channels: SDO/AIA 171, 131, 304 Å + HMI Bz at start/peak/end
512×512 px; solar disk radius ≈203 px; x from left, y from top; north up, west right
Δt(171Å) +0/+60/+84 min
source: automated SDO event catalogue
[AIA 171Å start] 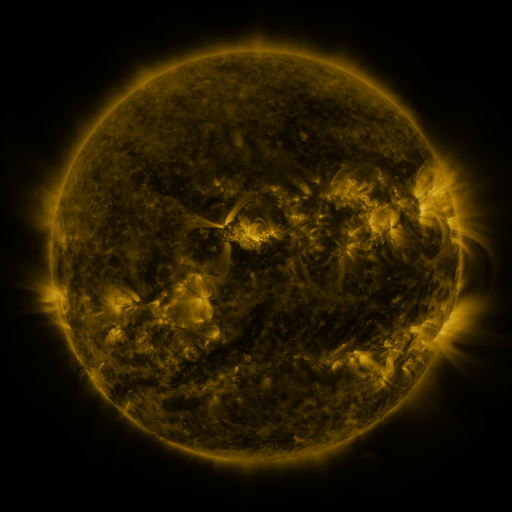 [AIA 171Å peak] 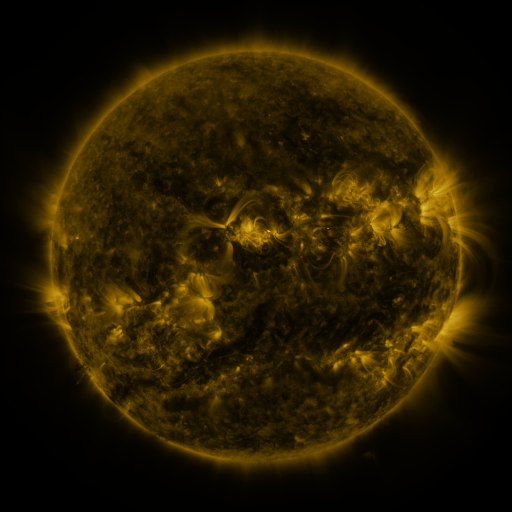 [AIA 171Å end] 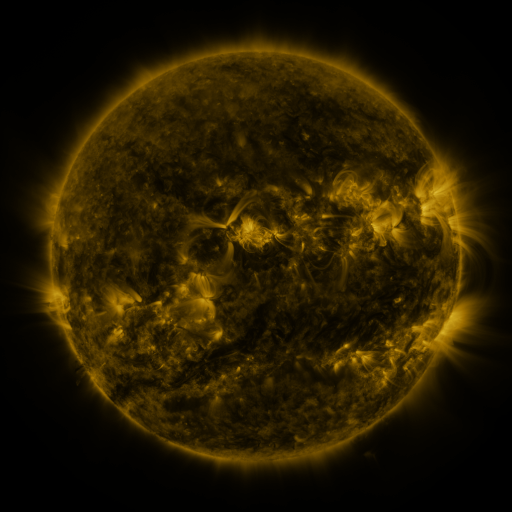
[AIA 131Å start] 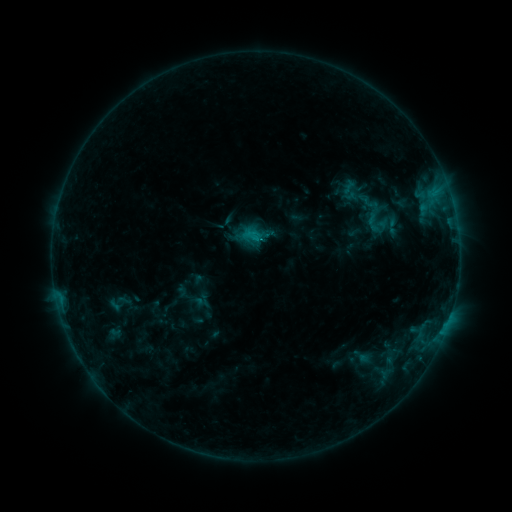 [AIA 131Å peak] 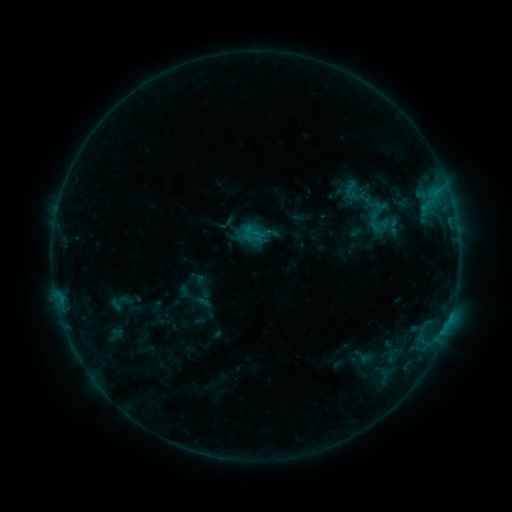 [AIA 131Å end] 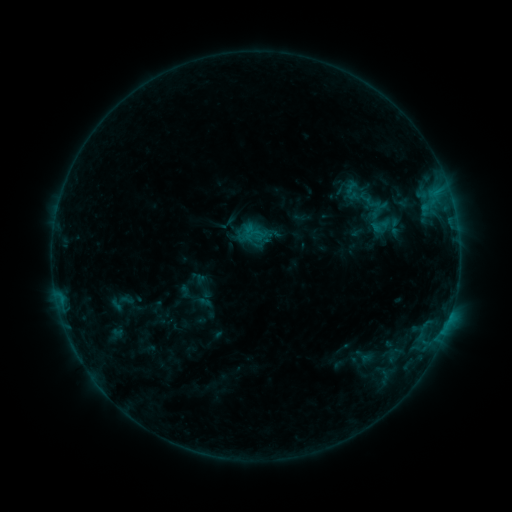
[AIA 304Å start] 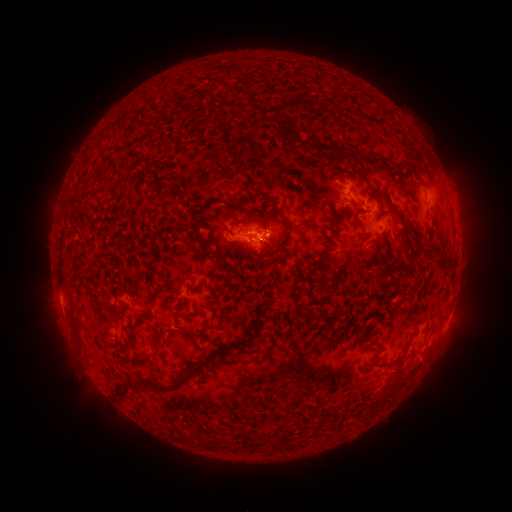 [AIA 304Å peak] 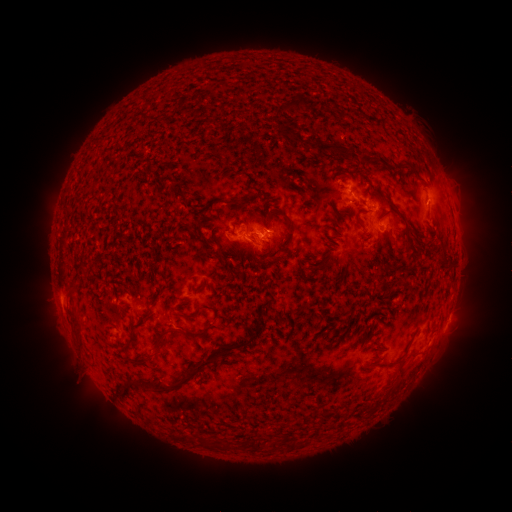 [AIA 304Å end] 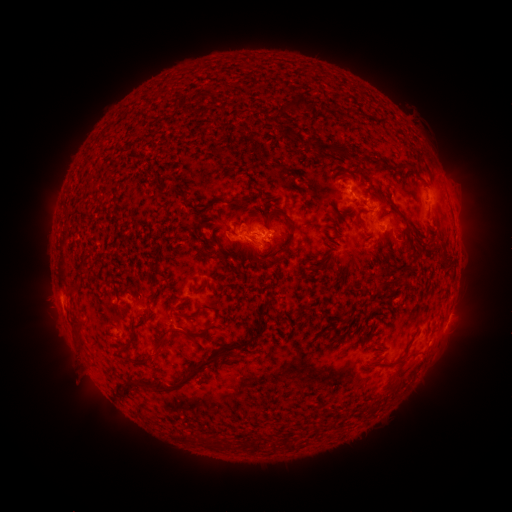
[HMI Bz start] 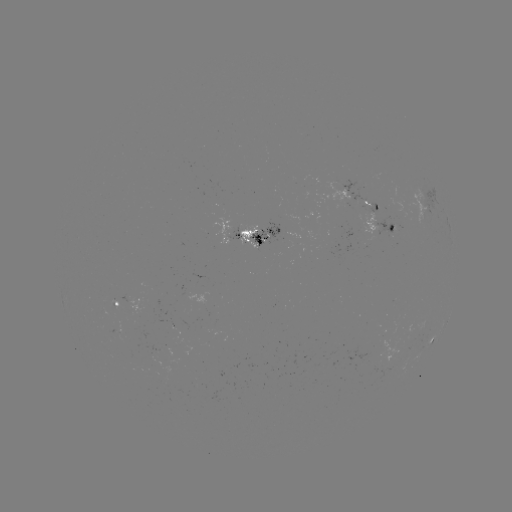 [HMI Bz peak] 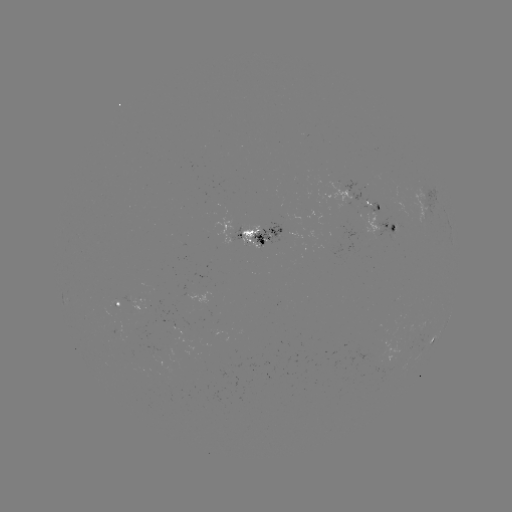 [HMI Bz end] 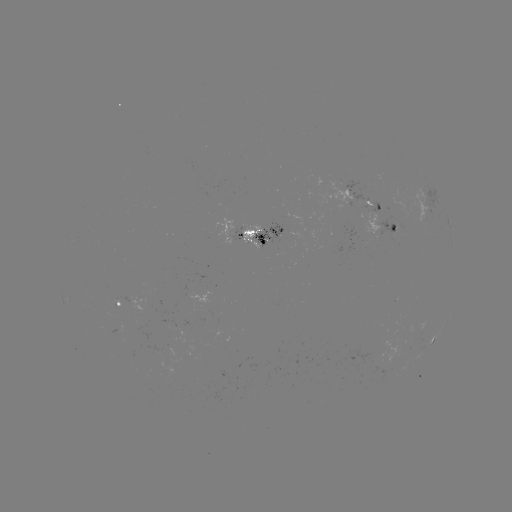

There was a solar emerging-flux region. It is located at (401, 213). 